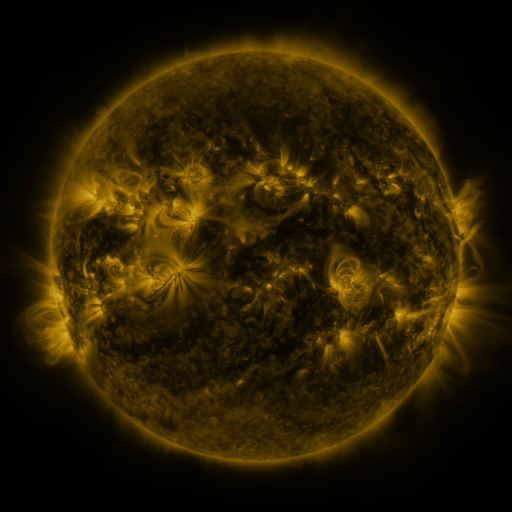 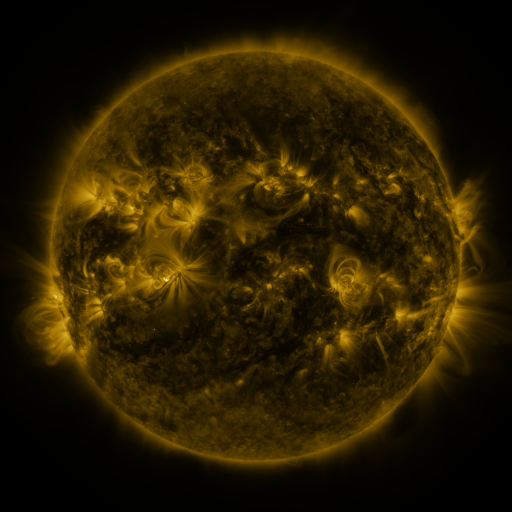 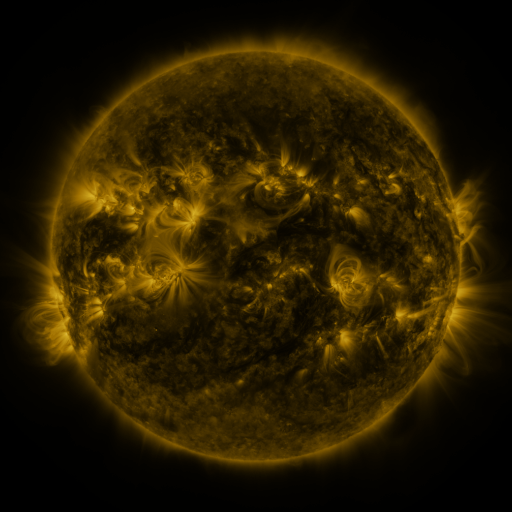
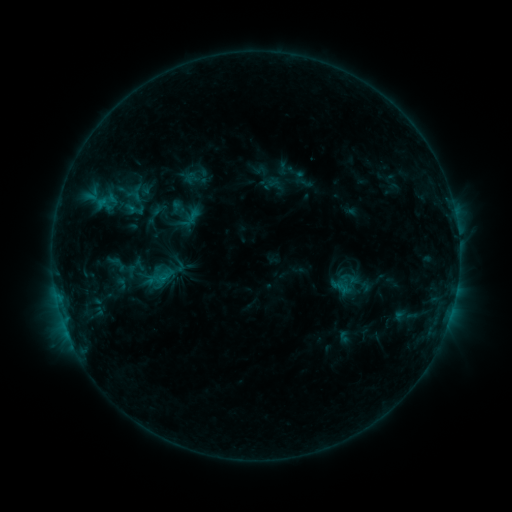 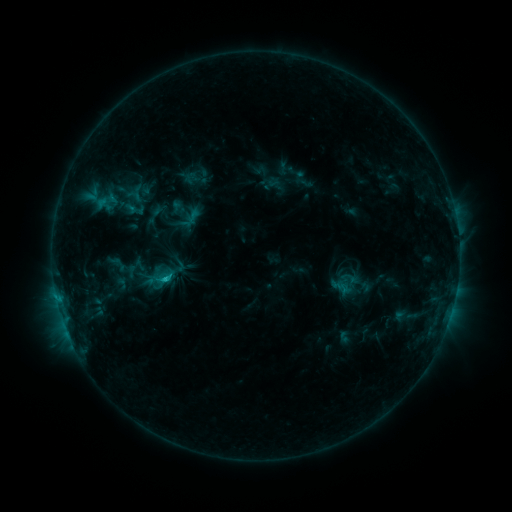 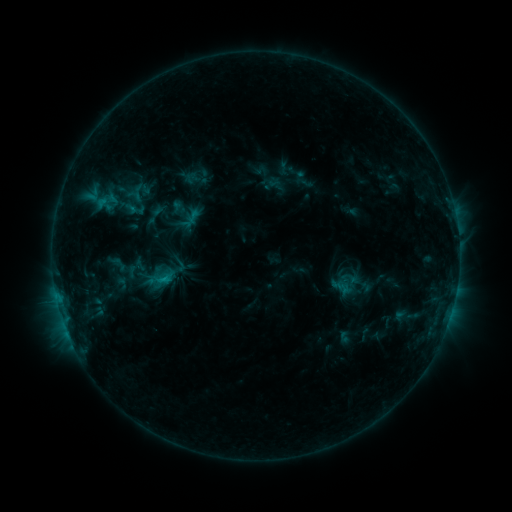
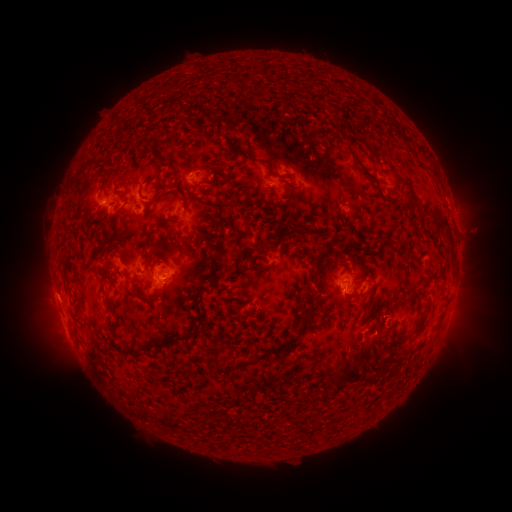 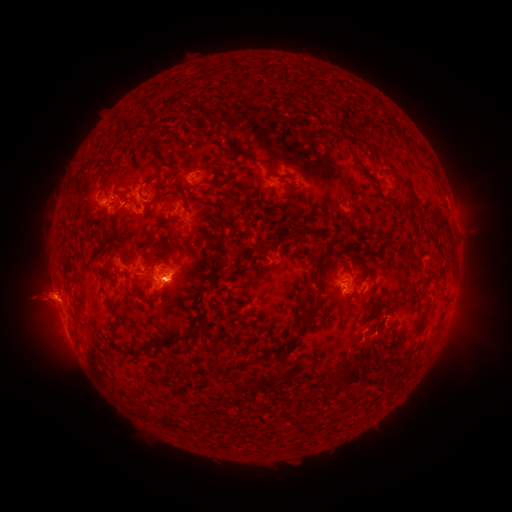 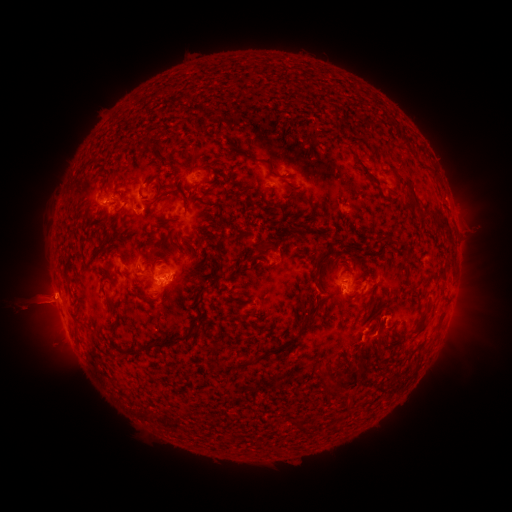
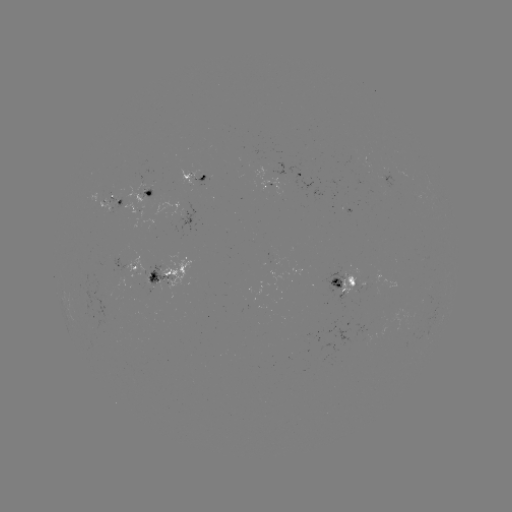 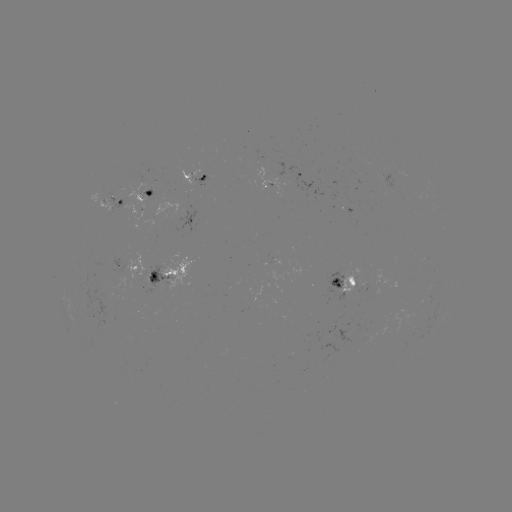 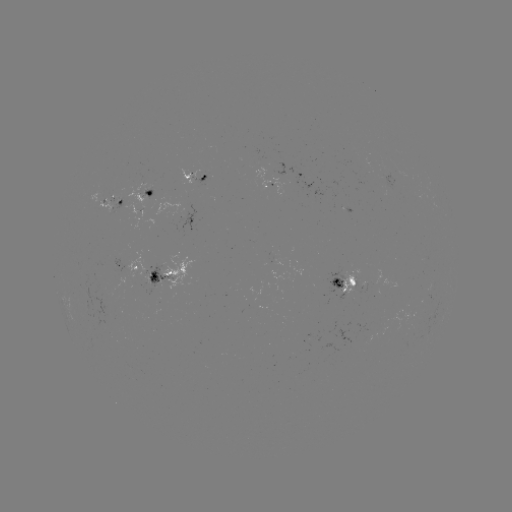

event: eruption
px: (39, 301)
